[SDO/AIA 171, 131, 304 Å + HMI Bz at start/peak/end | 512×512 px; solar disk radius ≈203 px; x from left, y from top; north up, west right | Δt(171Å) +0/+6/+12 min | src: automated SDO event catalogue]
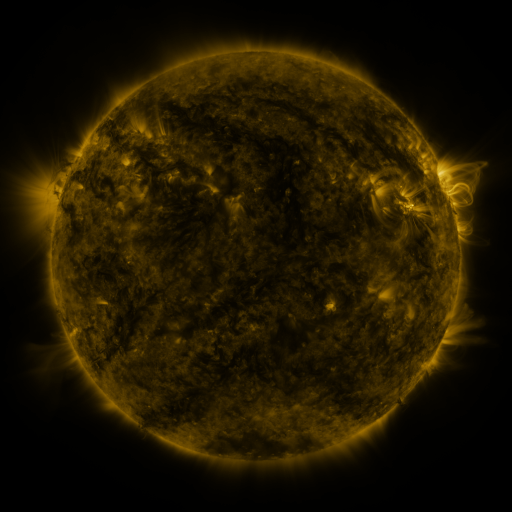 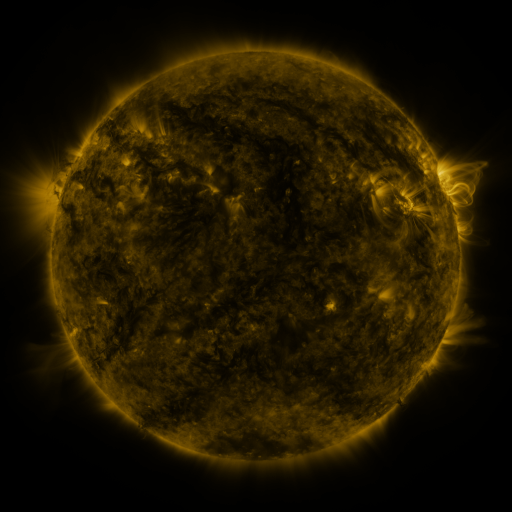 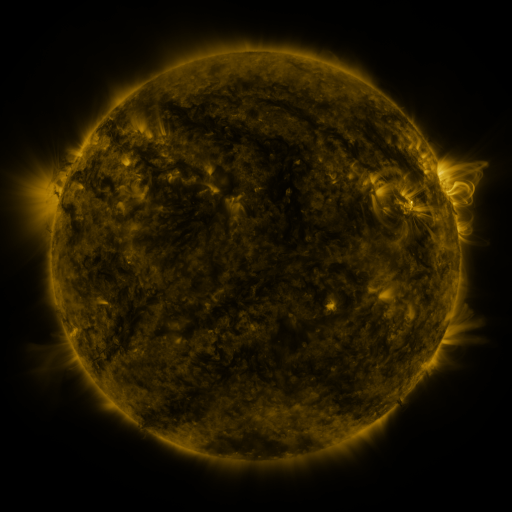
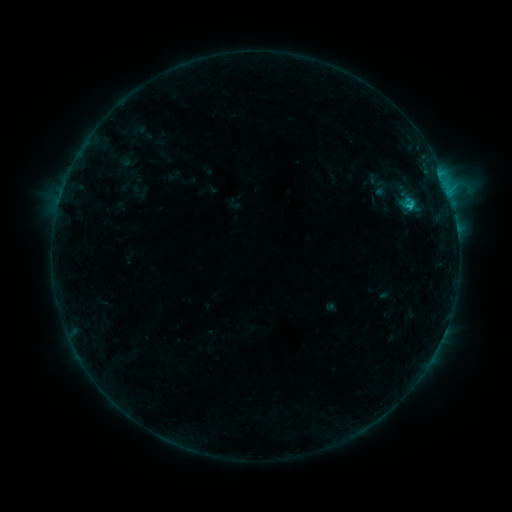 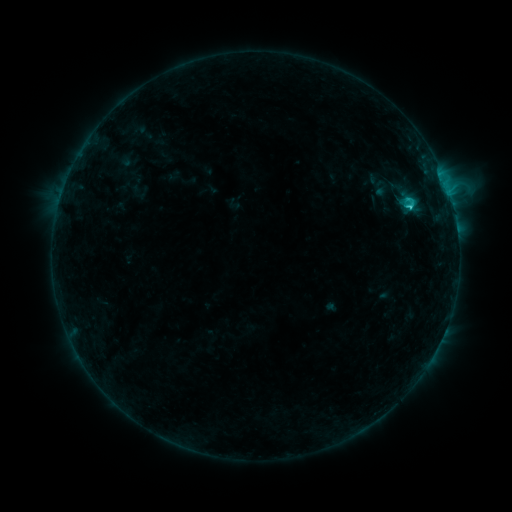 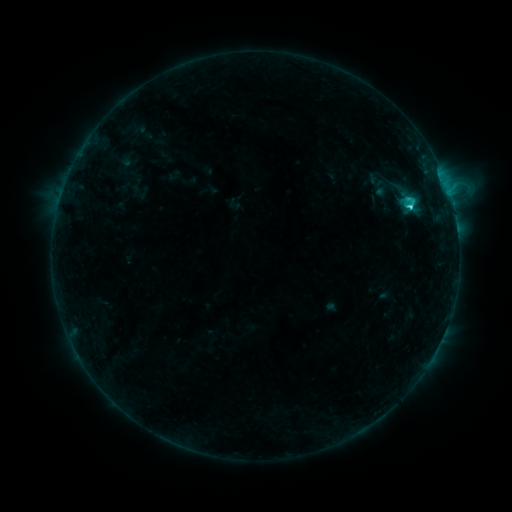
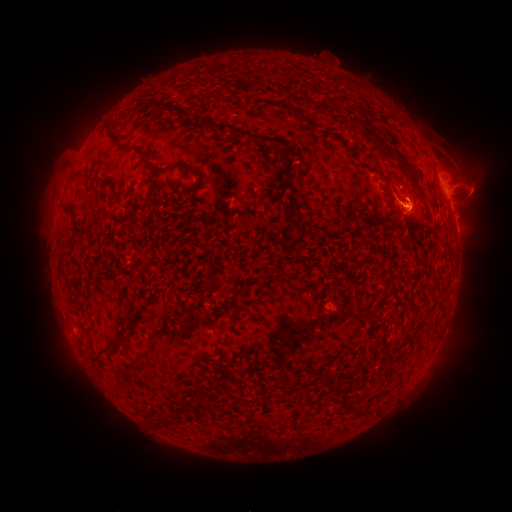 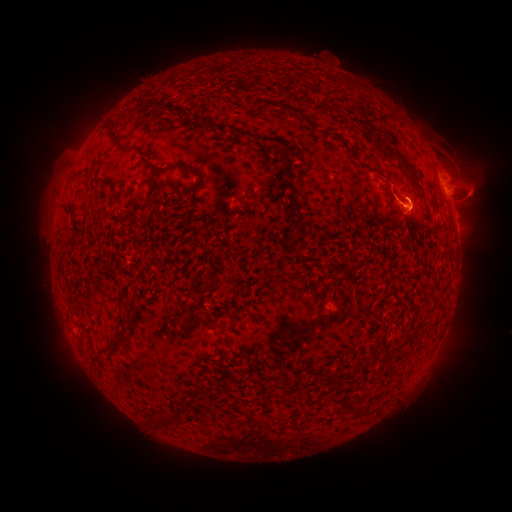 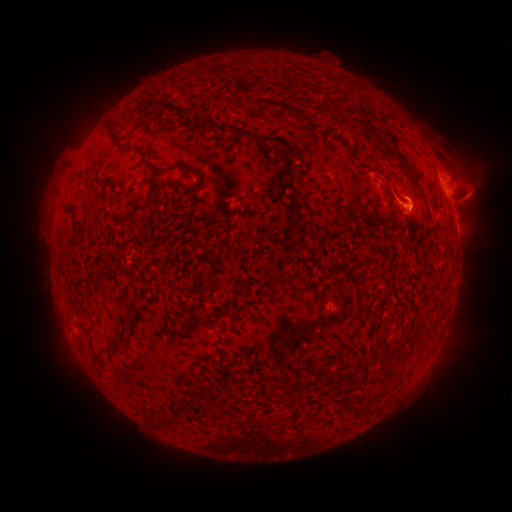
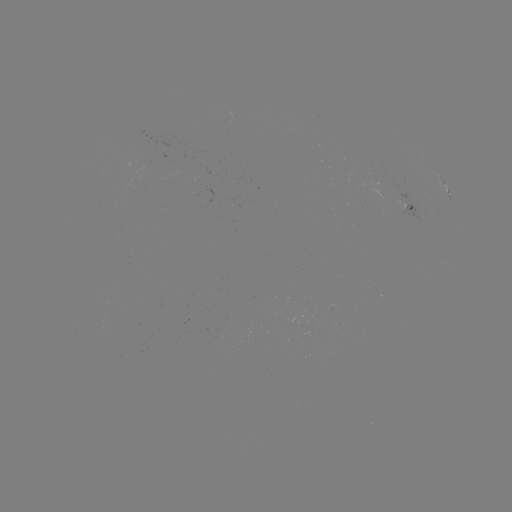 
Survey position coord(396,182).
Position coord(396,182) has eruption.